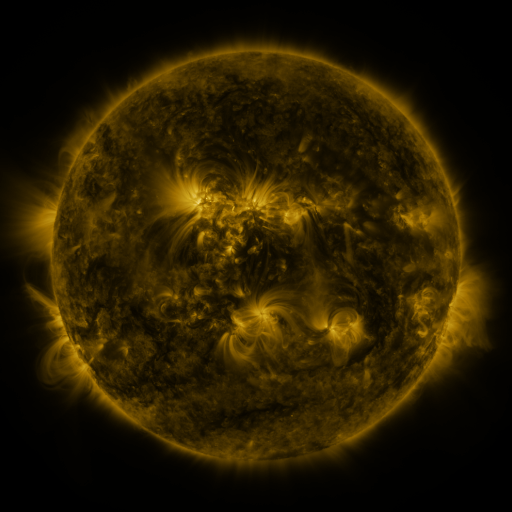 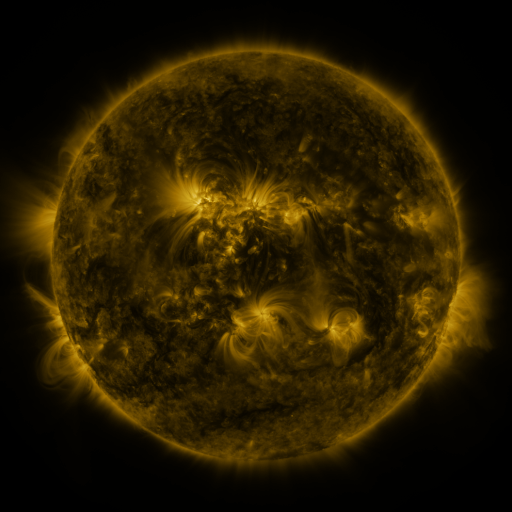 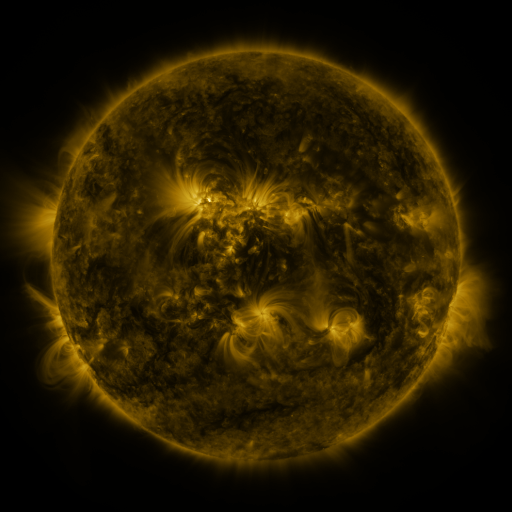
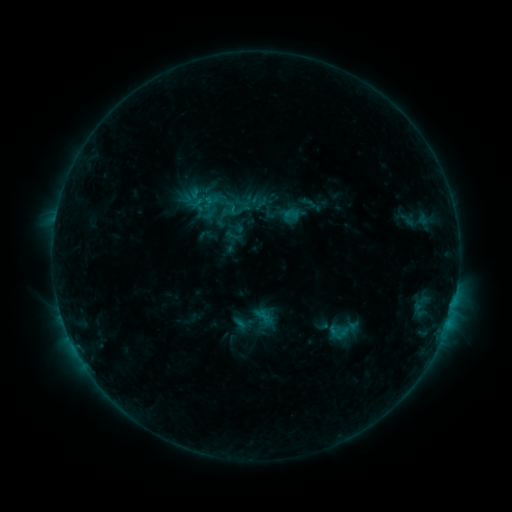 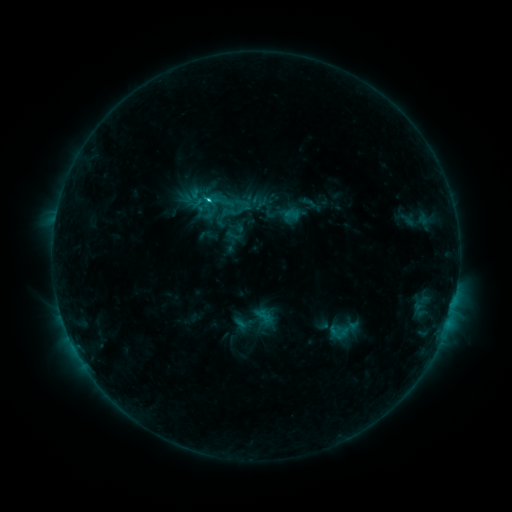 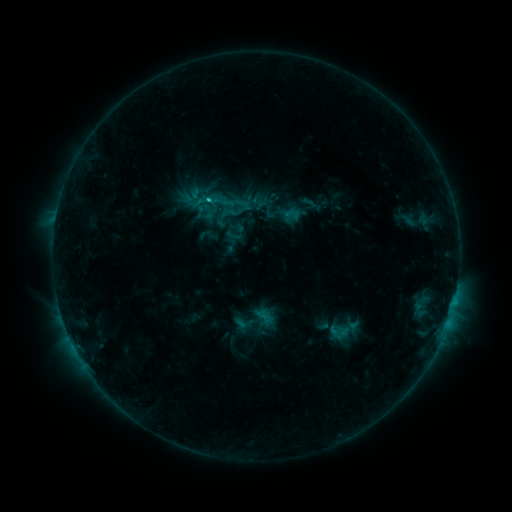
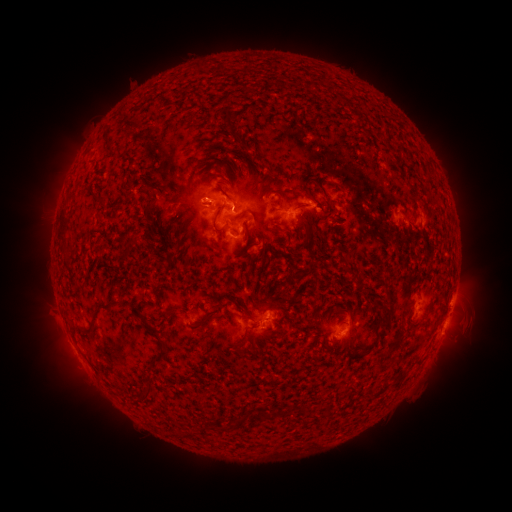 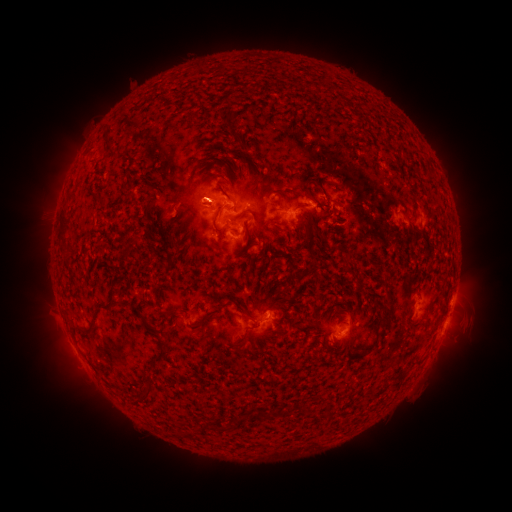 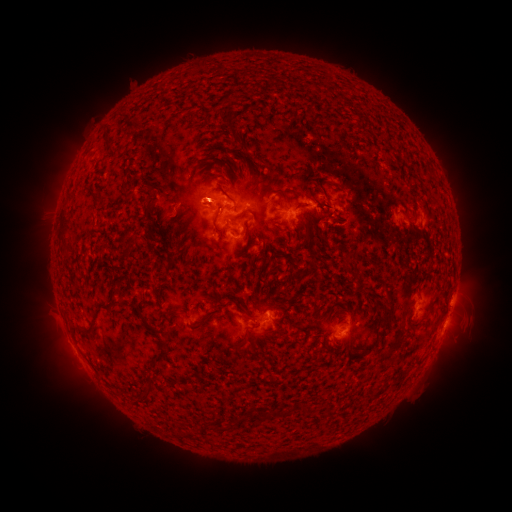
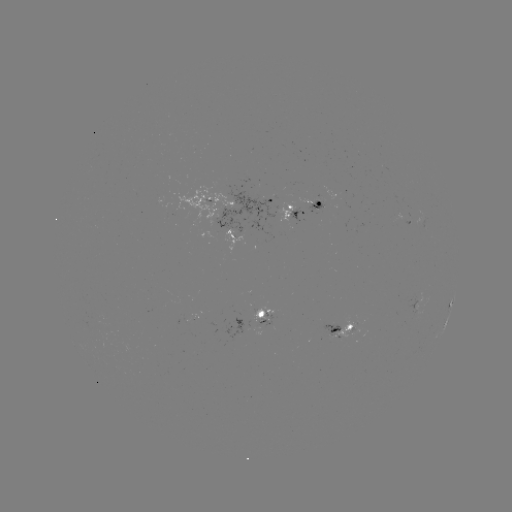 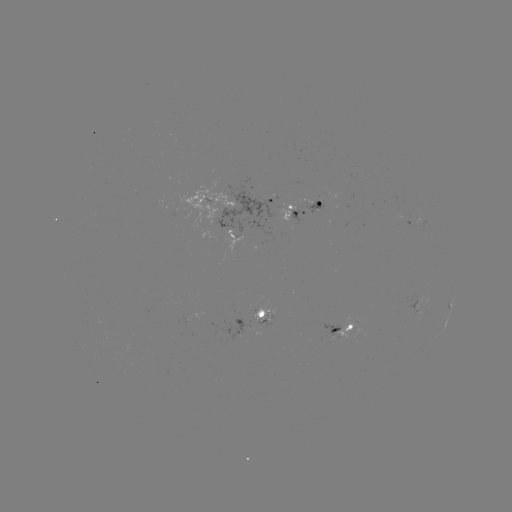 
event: flare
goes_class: C1.2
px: (211, 203)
